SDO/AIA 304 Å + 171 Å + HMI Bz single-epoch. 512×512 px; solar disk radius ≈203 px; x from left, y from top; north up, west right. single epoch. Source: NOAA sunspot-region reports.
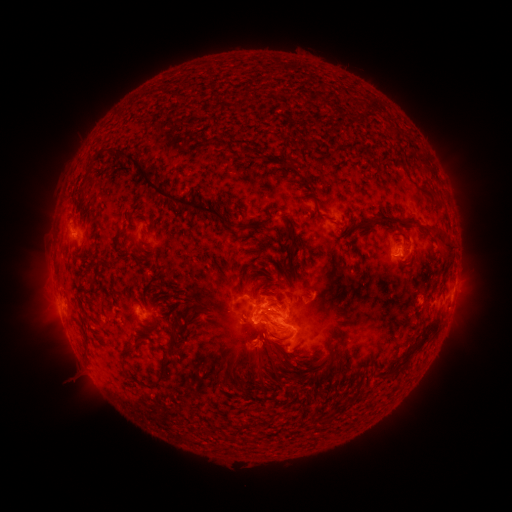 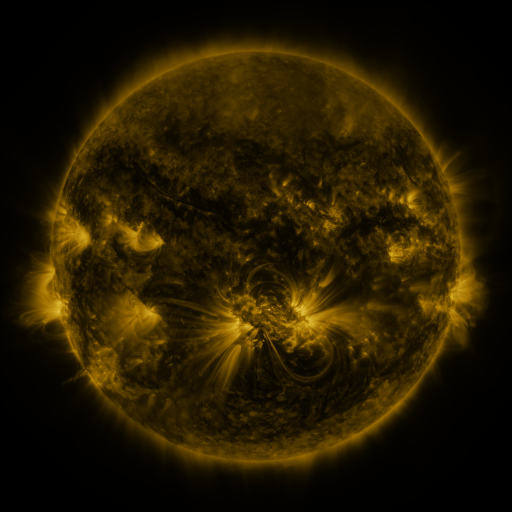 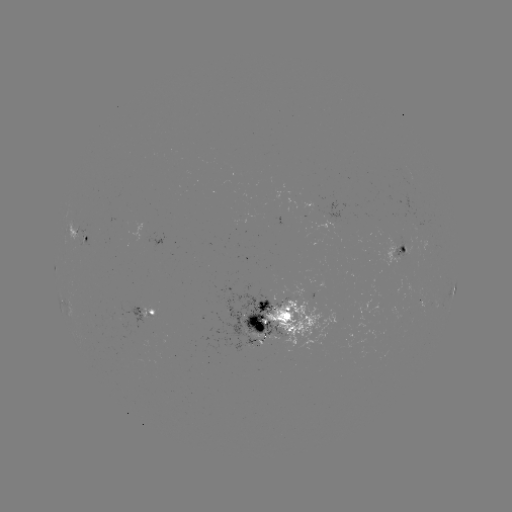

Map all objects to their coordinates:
spotted active region: (82, 240)
spotted active region: (399, 247)
spotted active region: (454, 290)
spotted active region: (150, 313)
spotted active region: (276, 322)
